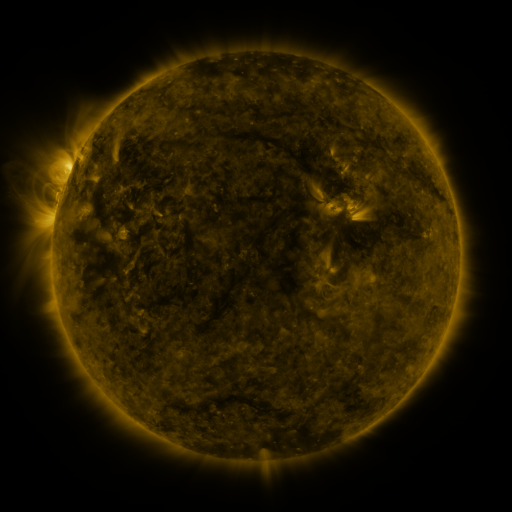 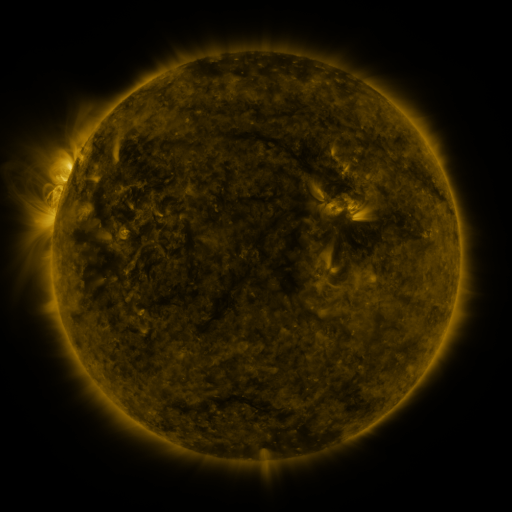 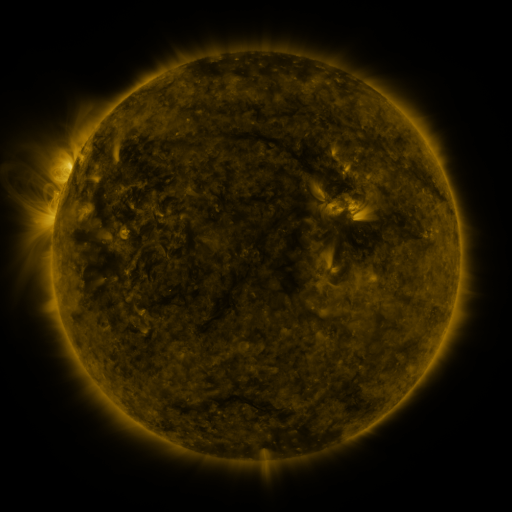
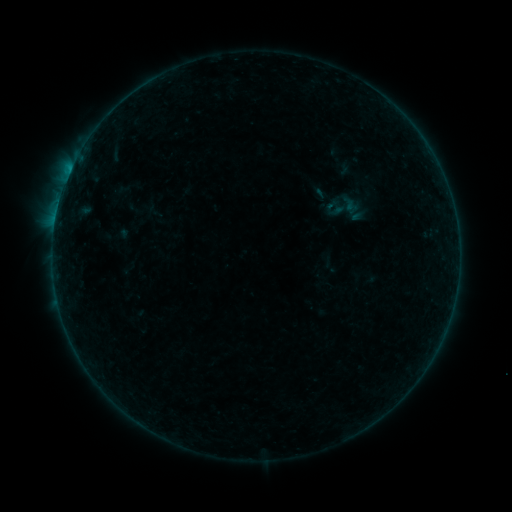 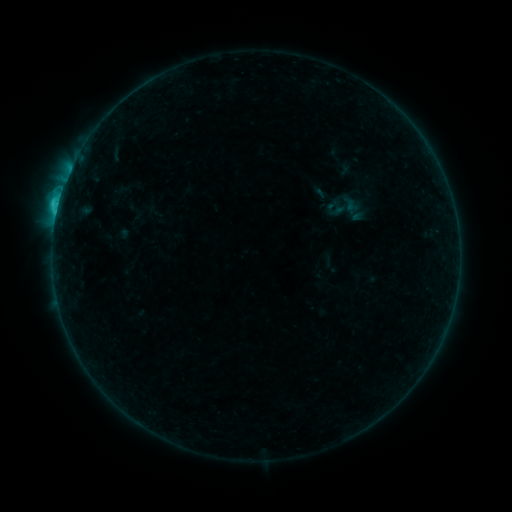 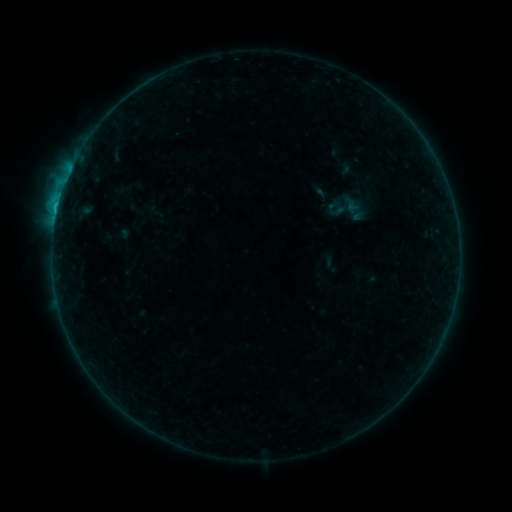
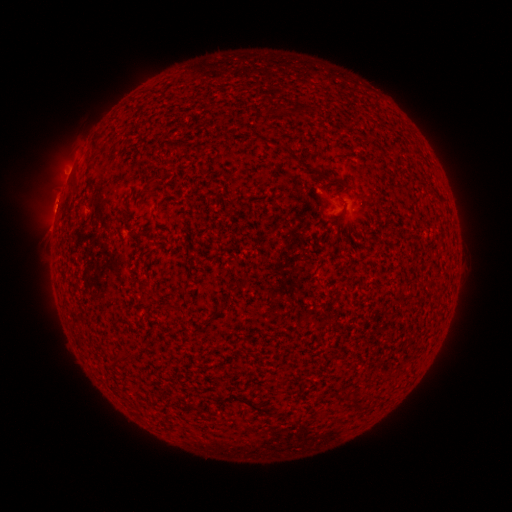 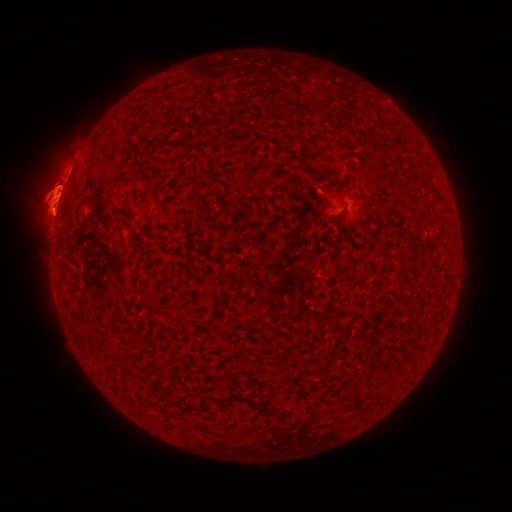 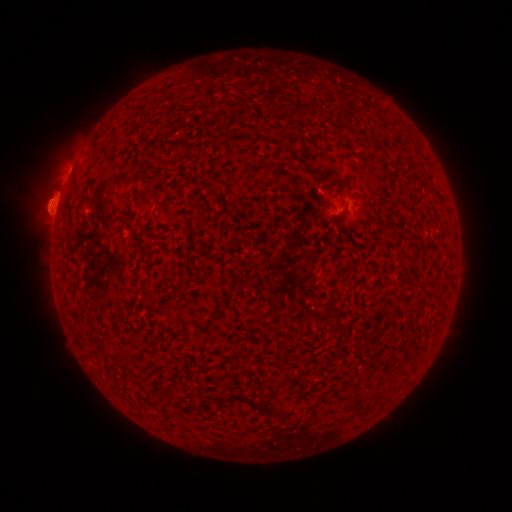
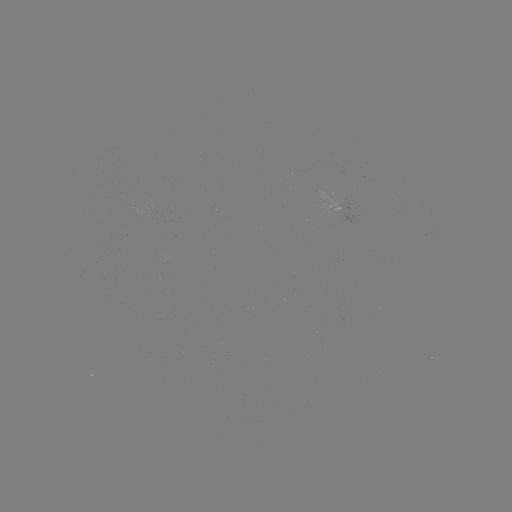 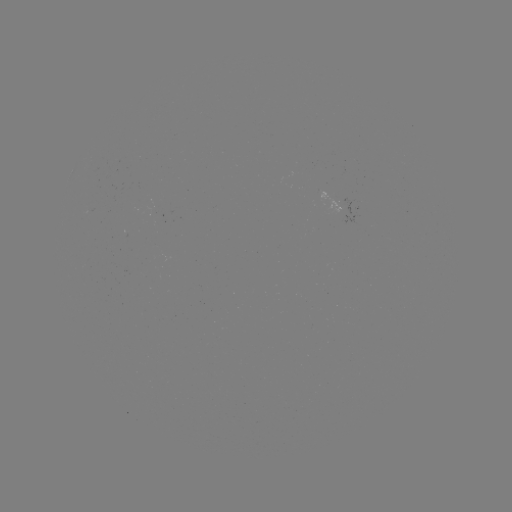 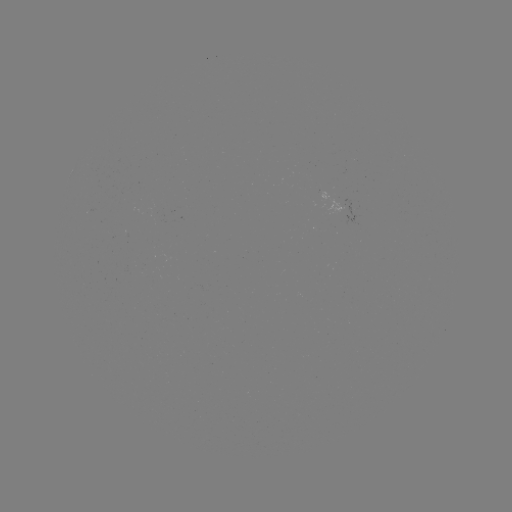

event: eruption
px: (53, 198)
